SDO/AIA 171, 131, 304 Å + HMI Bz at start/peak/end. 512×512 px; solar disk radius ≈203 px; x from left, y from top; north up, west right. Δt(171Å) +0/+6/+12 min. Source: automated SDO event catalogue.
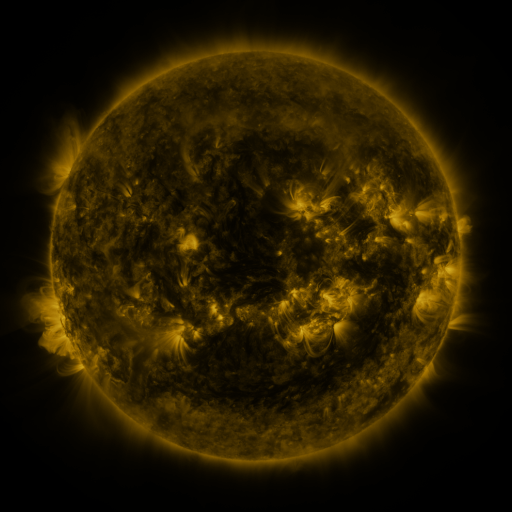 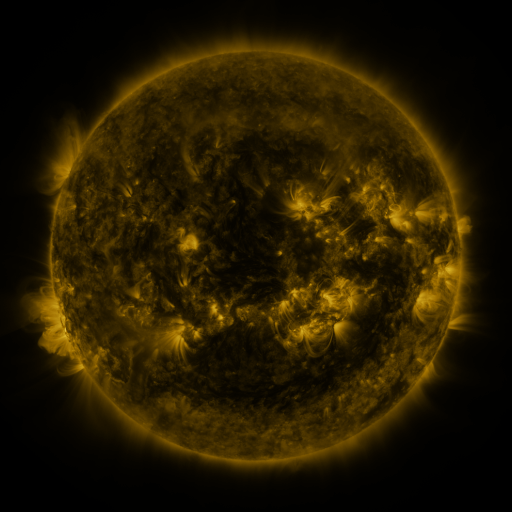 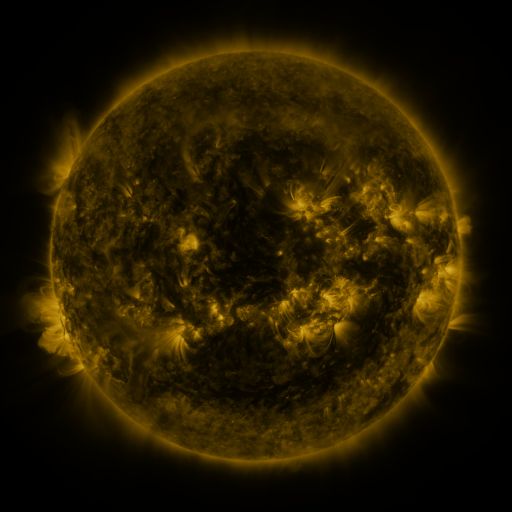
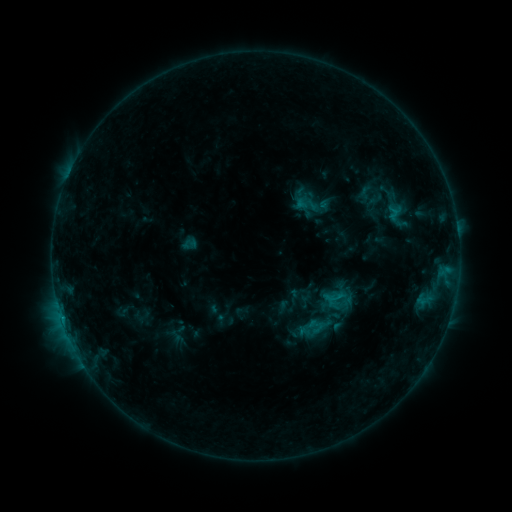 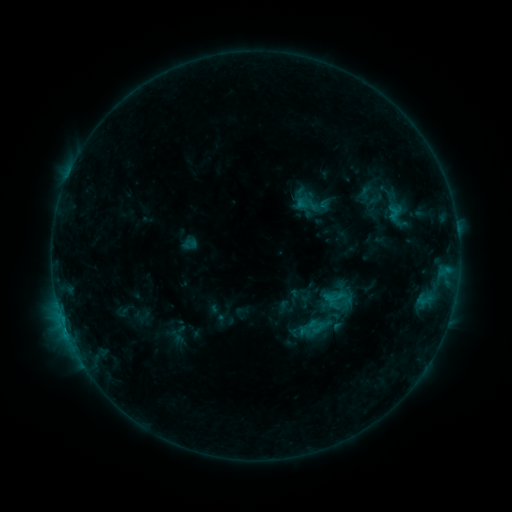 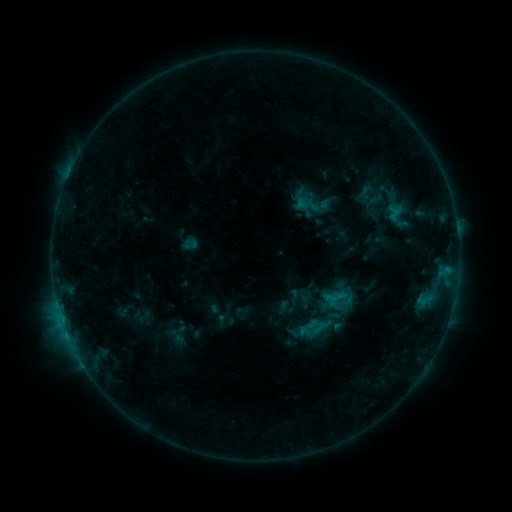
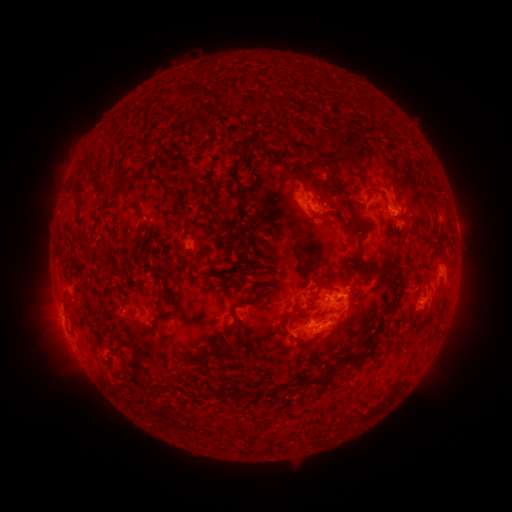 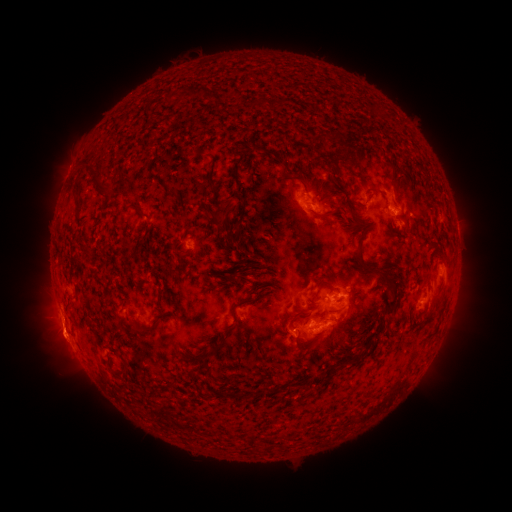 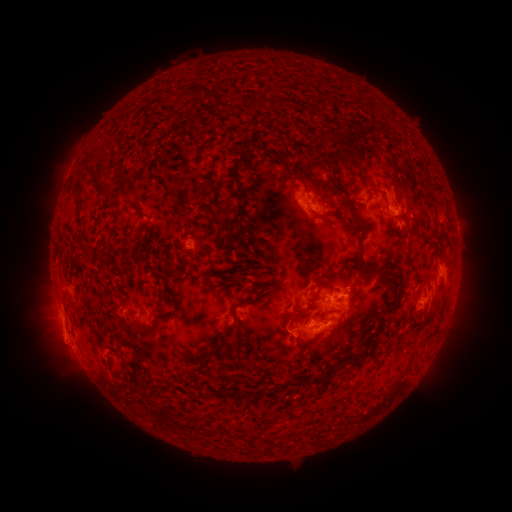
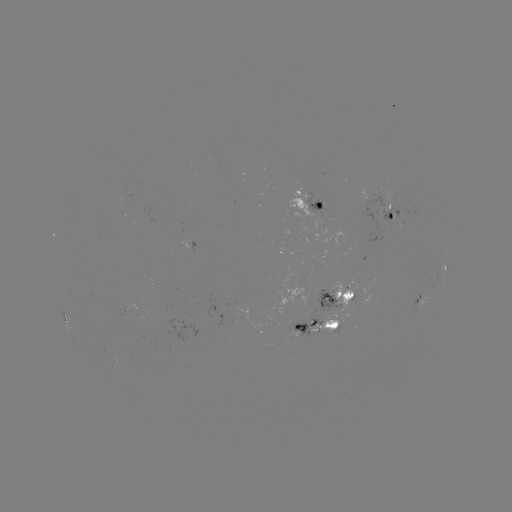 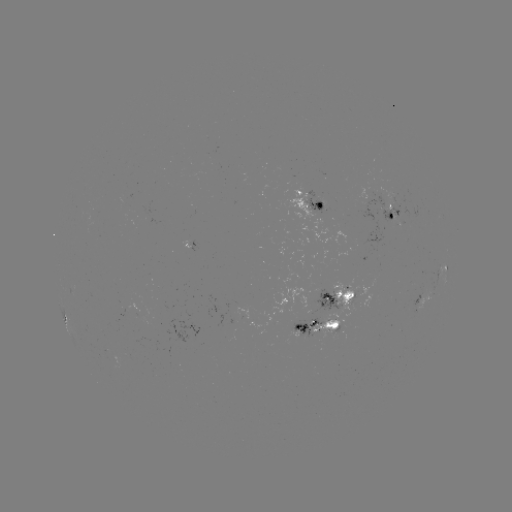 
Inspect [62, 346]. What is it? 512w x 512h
eruption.